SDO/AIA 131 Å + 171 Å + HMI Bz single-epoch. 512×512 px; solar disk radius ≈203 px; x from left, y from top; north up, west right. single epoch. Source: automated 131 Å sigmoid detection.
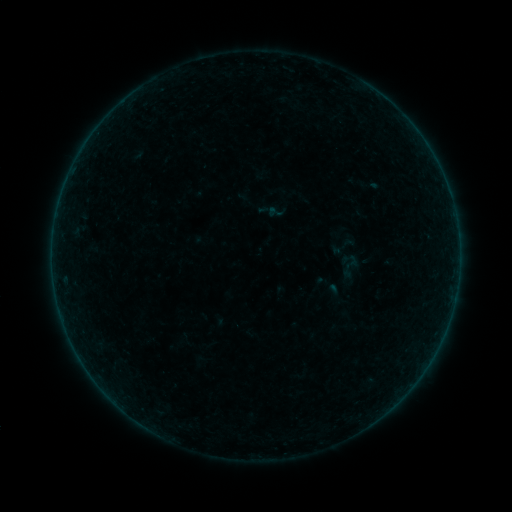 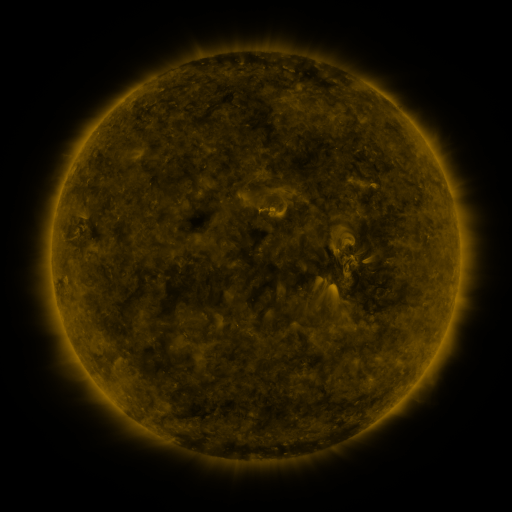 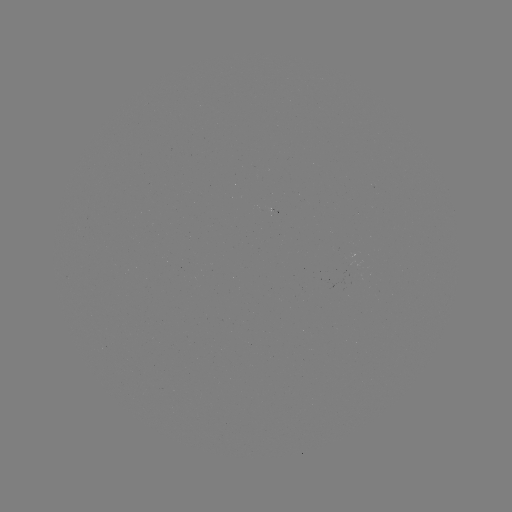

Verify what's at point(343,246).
sigmoid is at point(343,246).